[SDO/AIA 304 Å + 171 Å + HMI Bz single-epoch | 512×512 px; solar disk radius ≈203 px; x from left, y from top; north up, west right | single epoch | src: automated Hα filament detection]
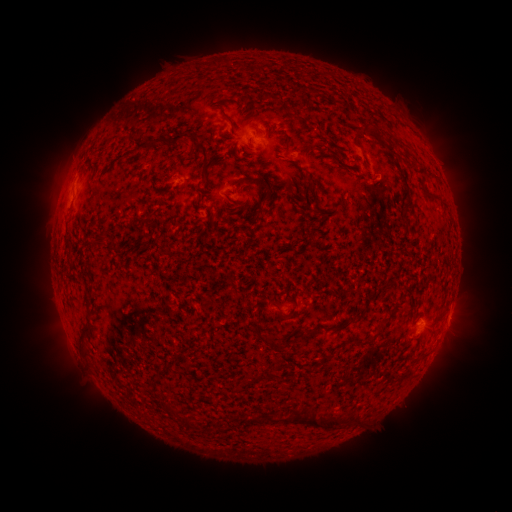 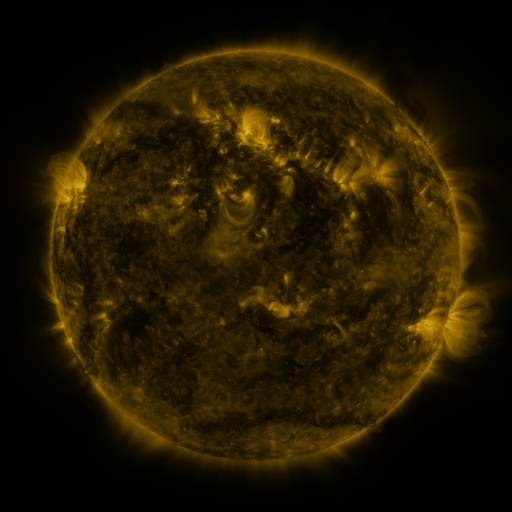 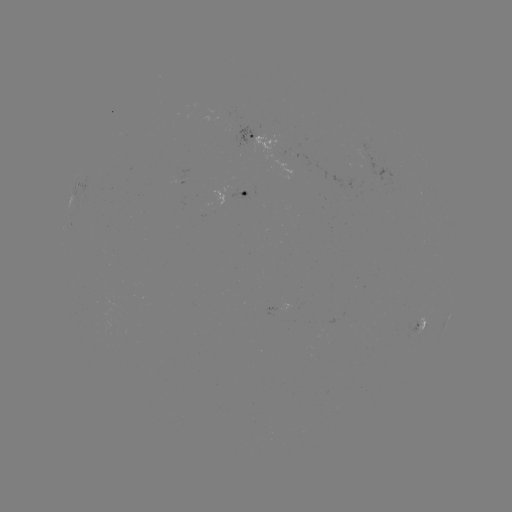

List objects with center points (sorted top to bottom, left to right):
filament: [268, 94, 283, 102]
filament: [220, 107, 236, 127]
filament: [361, 126, 377, 135]
filament: [170, 131, 190, 147]
filament: [133, 136, 166, 154]
filament: [322, 144, 330, 153]
filament: [197, 145, 209, 175]
filament: [244, 177, 271, 192]
filament: [309, 178, 319, 187]
filament: [430, 195, 442, 203]
filament: [333, 320, 349, 334]
filament: [76, 325, 89, 344]
filament: [265, 338, 284, 352]
filament: [306, 412, 338, 431]
filament: [265, 416, 277, 425]
filament: [352, 416, 360, 426]
filament: [181, 417, 191, 430]
